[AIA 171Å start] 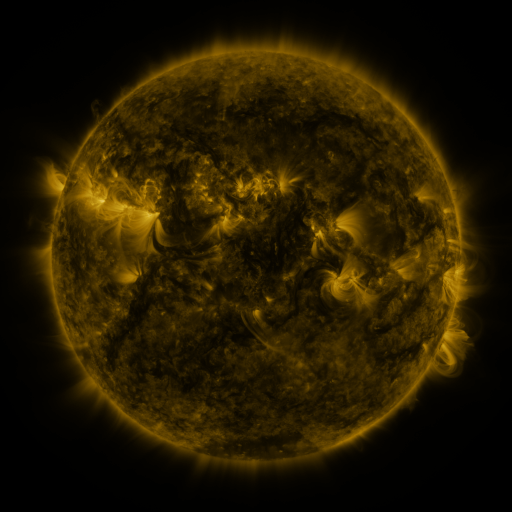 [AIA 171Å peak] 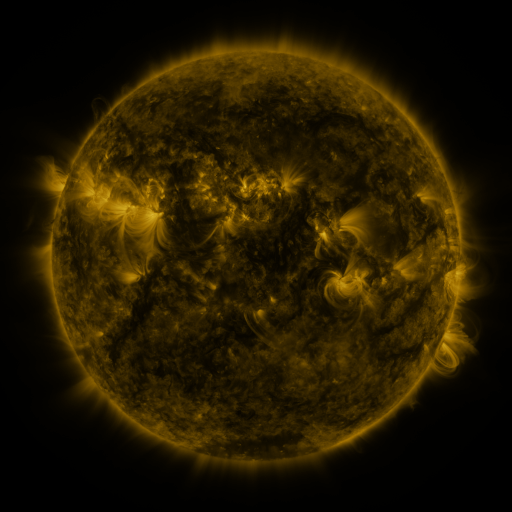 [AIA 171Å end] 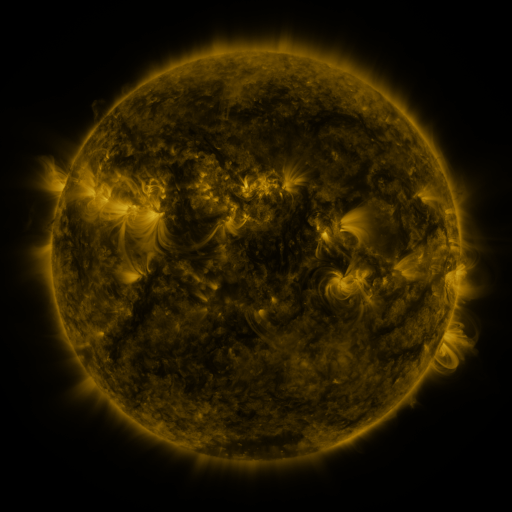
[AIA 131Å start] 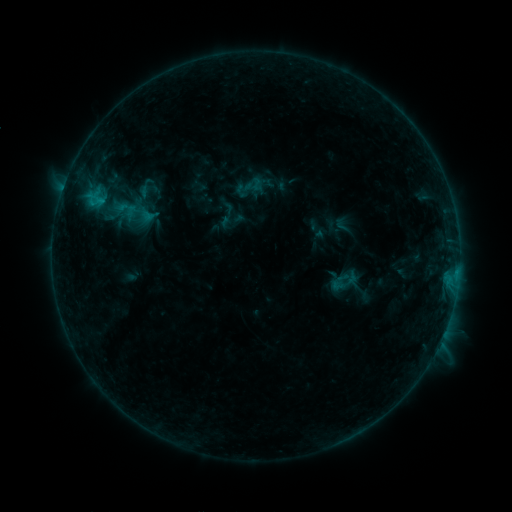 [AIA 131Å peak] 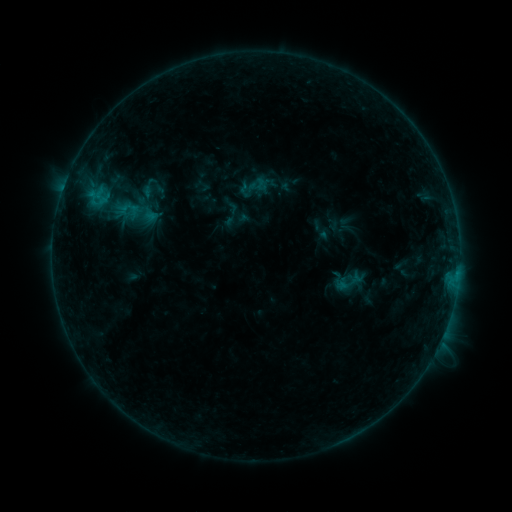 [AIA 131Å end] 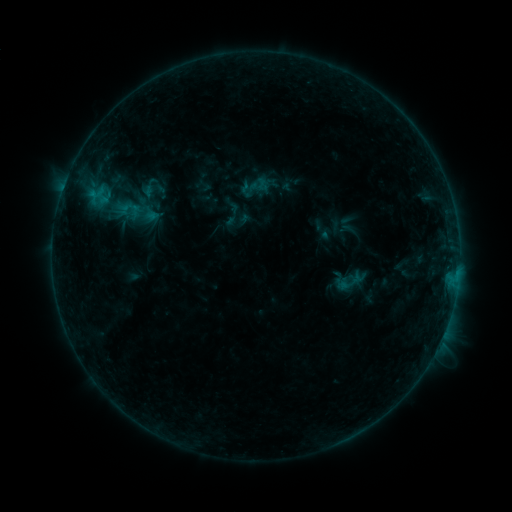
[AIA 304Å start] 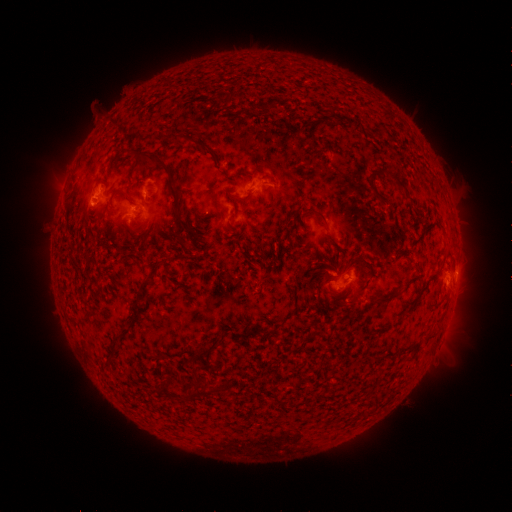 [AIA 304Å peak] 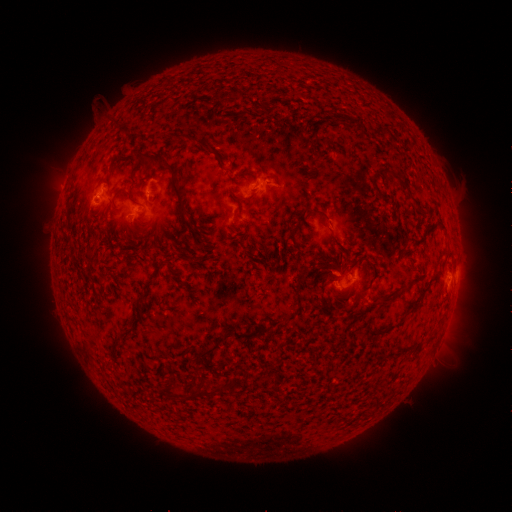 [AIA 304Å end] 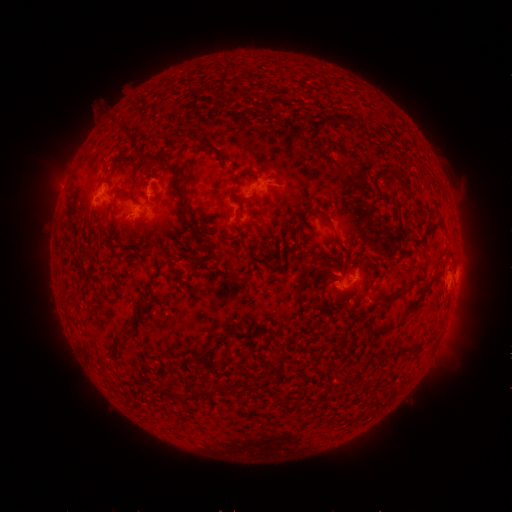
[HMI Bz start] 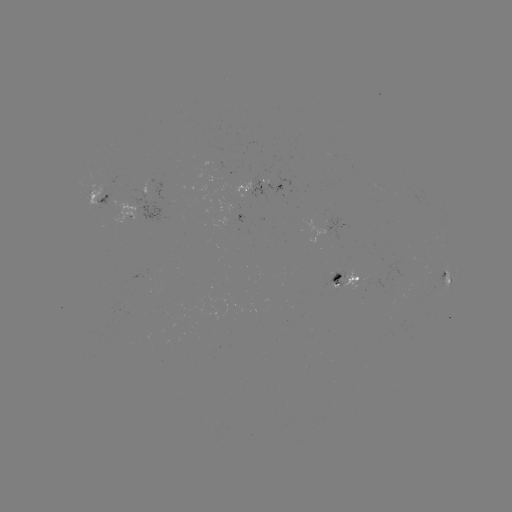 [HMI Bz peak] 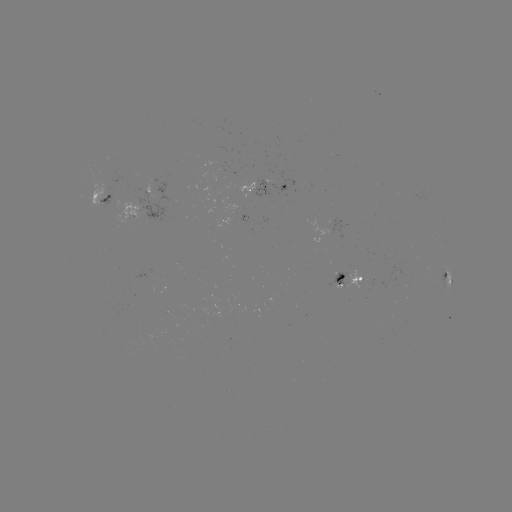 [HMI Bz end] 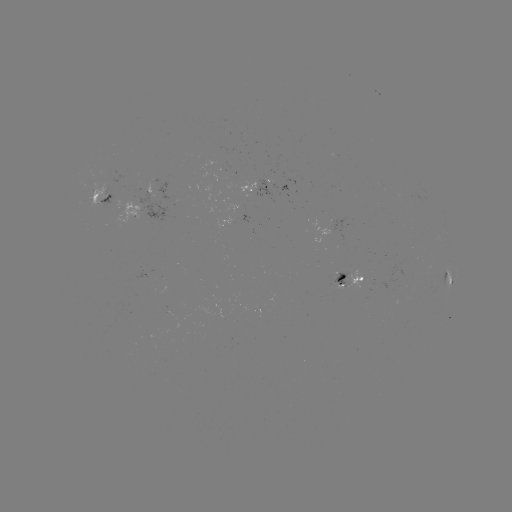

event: emerging-flux region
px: (102, 192)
